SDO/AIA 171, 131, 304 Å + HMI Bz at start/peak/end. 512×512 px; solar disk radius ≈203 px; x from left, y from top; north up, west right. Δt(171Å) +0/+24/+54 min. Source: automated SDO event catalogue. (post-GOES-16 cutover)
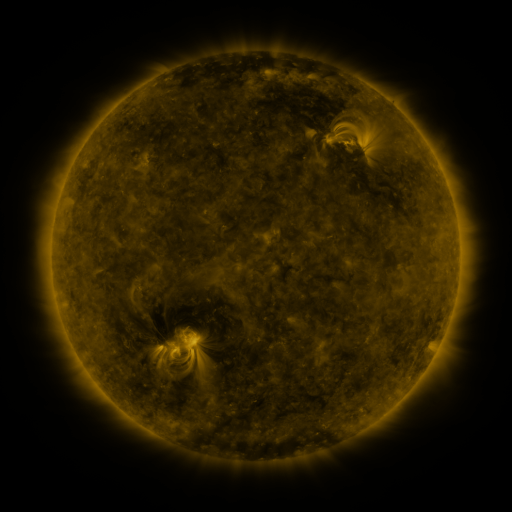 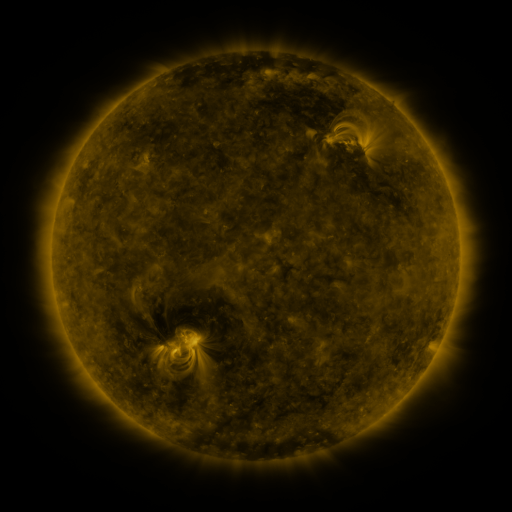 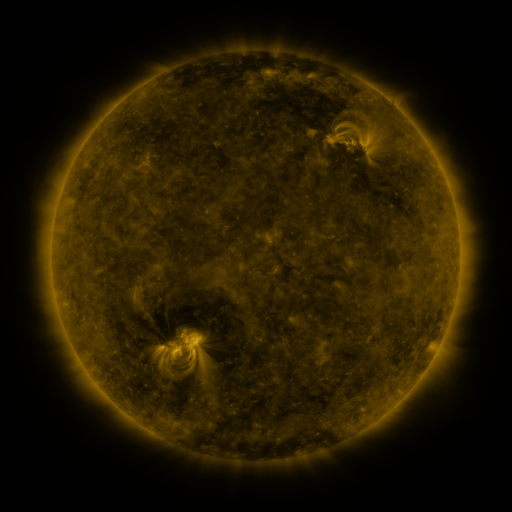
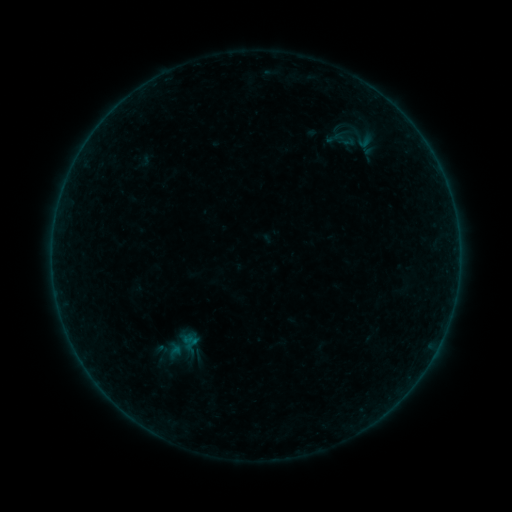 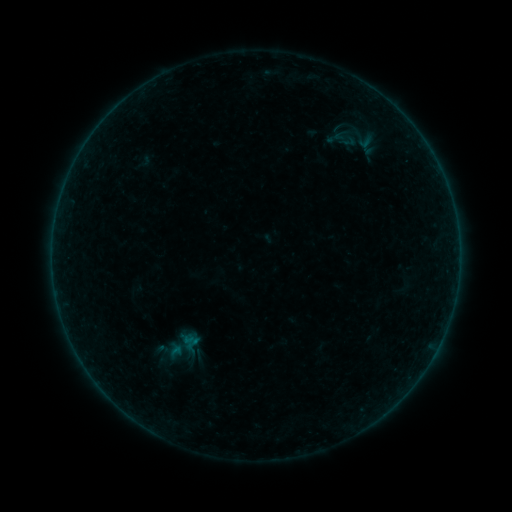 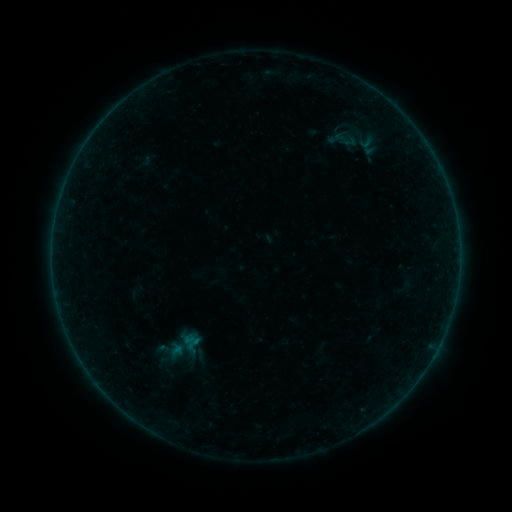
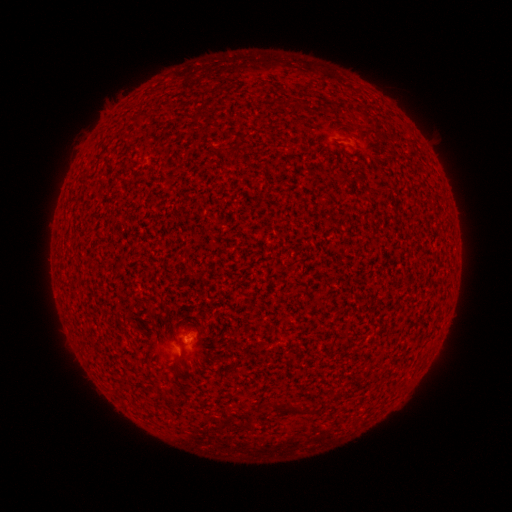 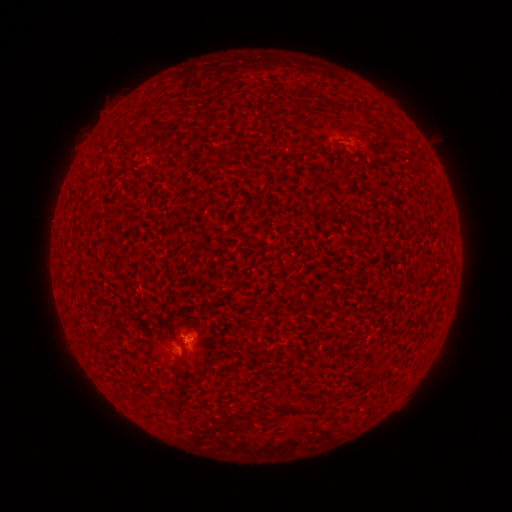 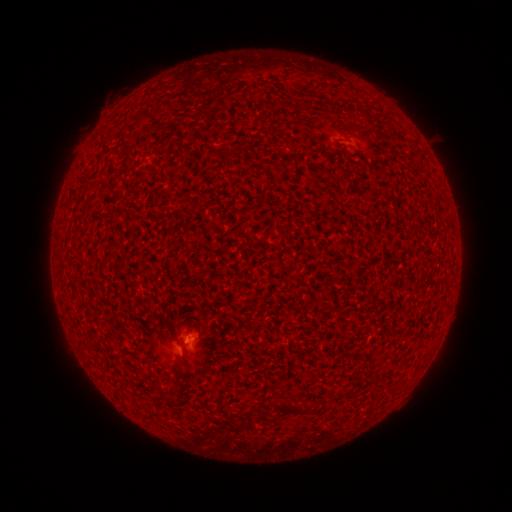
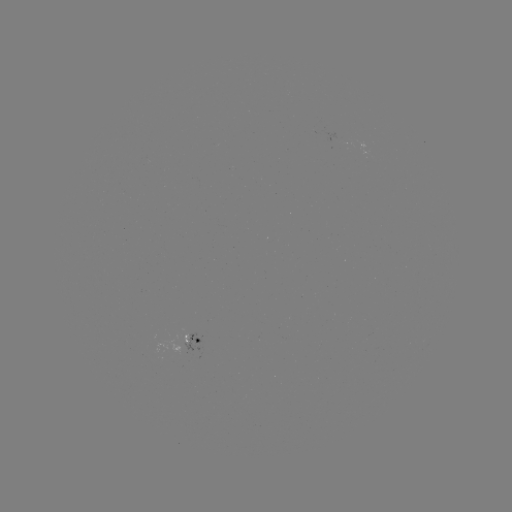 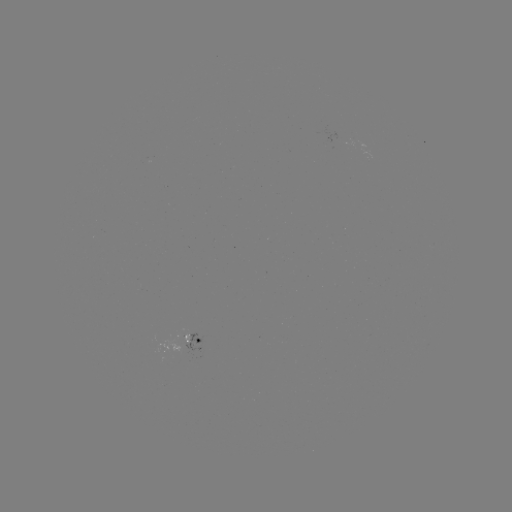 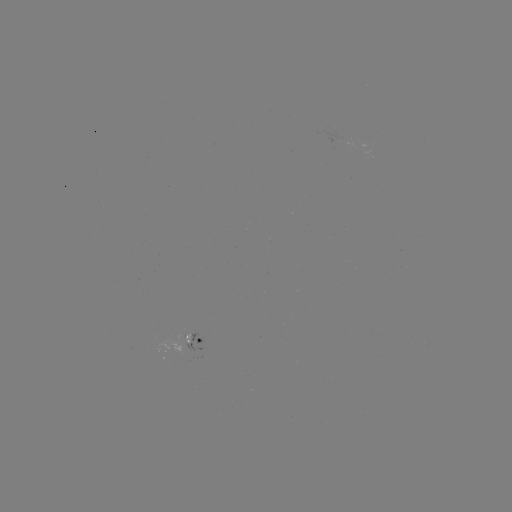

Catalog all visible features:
A6.8 flare: (189, 339)
